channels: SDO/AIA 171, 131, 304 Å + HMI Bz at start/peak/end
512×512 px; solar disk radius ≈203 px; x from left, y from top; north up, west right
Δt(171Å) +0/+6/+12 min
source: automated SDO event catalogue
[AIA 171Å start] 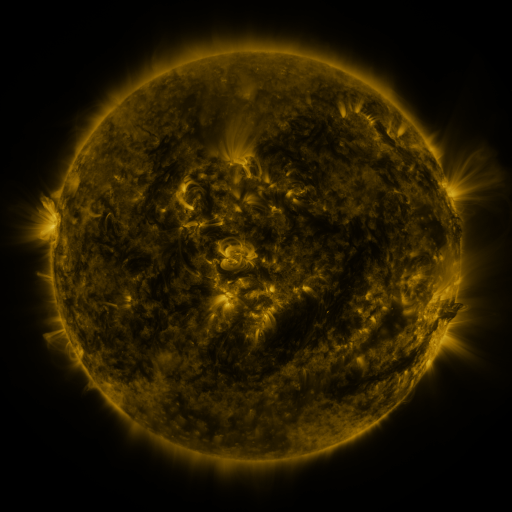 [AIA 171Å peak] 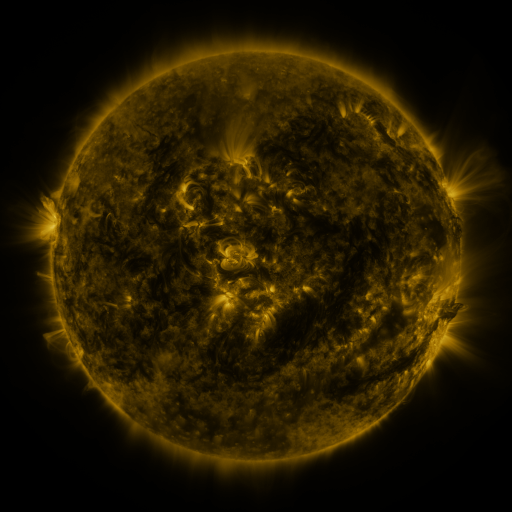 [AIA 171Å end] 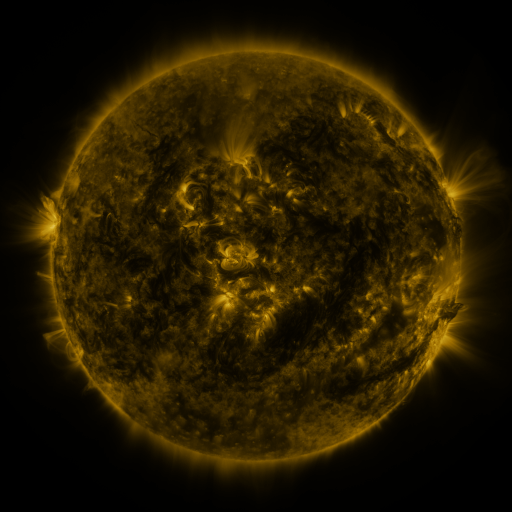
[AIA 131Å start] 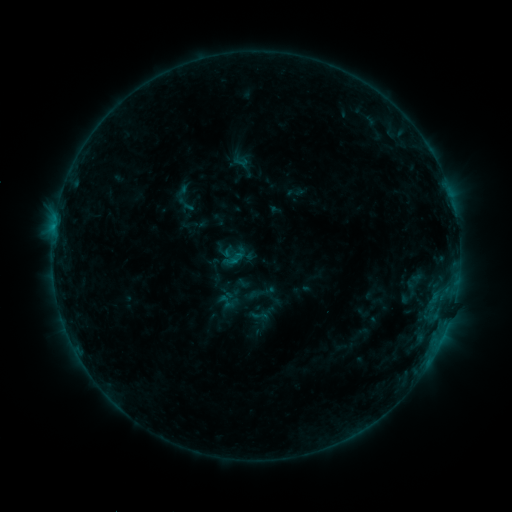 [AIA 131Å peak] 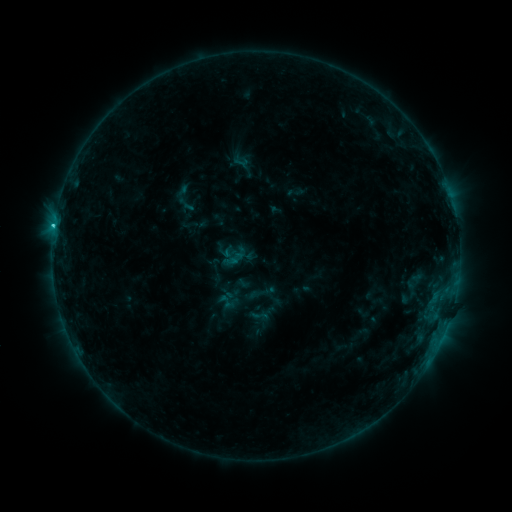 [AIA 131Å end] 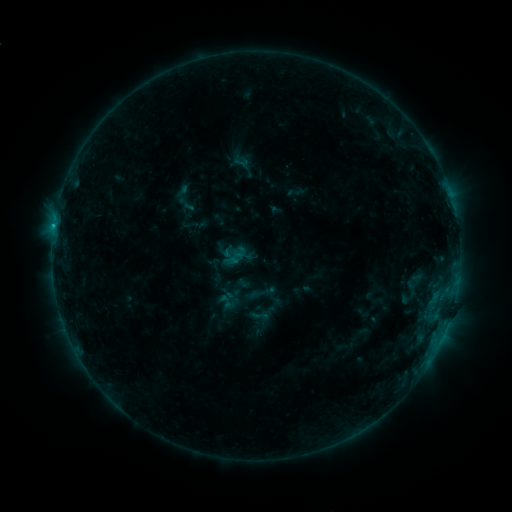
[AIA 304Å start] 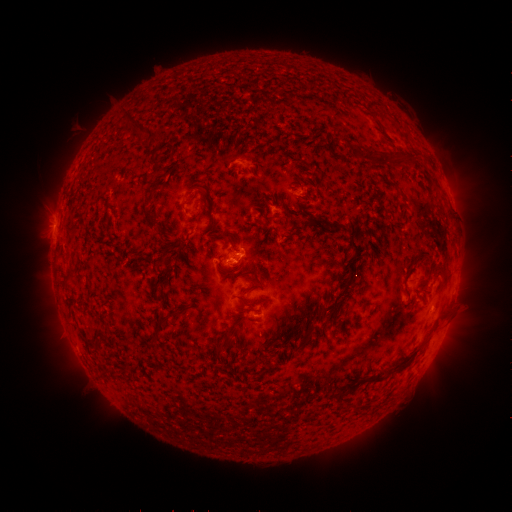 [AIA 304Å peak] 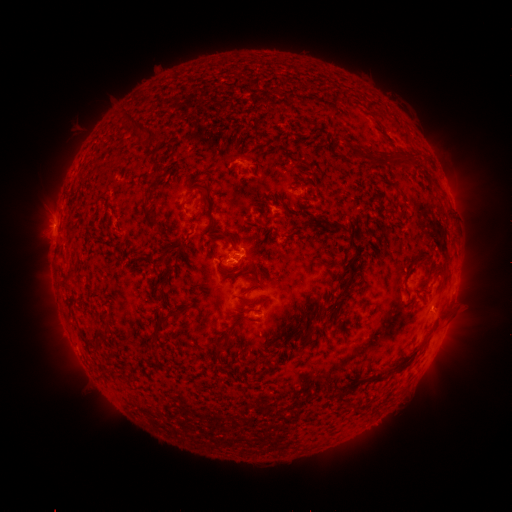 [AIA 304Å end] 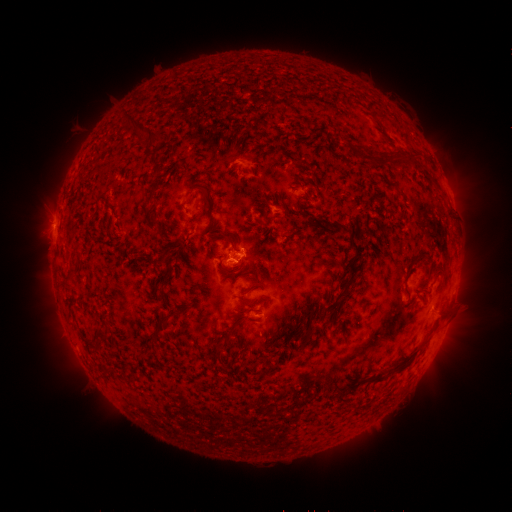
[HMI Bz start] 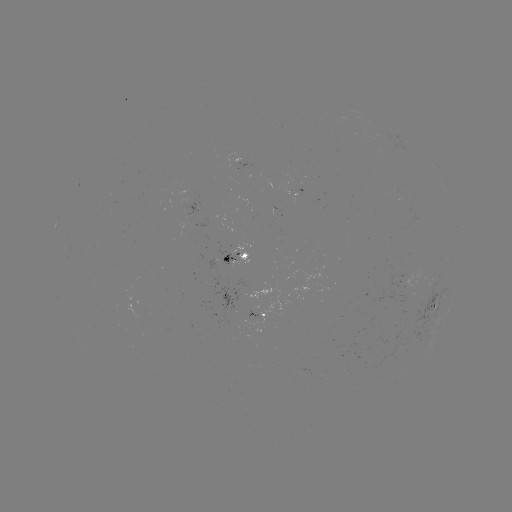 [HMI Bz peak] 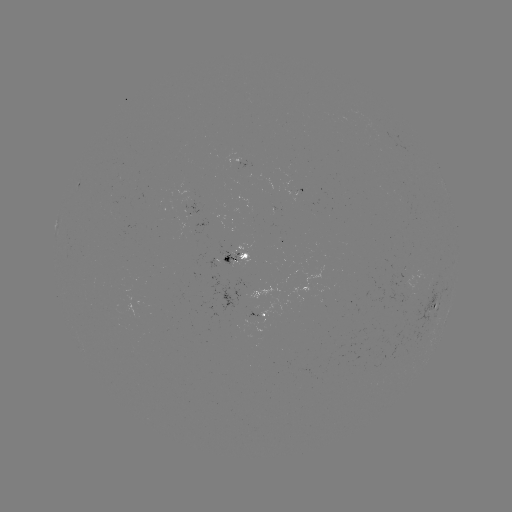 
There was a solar flare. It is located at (54, 227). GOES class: C1.0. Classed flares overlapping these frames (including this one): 1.